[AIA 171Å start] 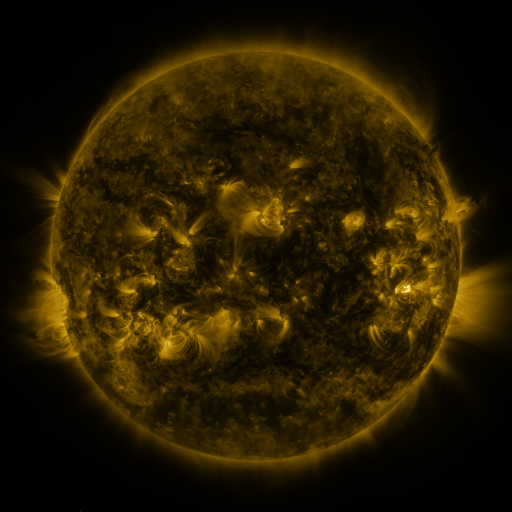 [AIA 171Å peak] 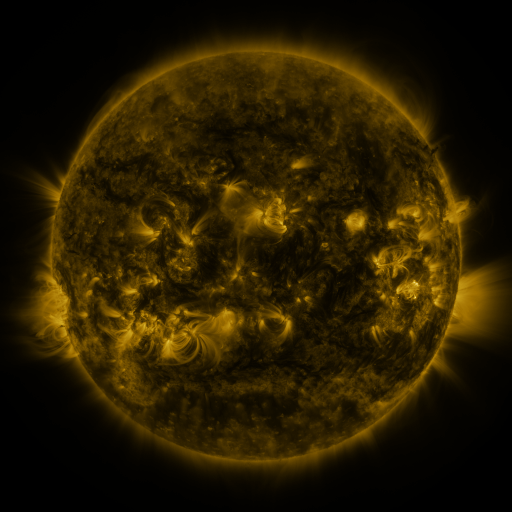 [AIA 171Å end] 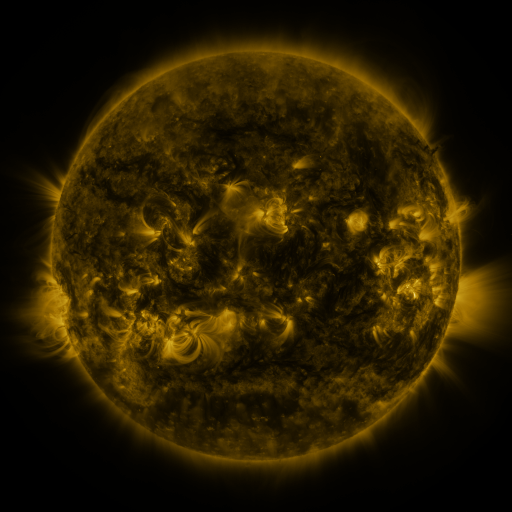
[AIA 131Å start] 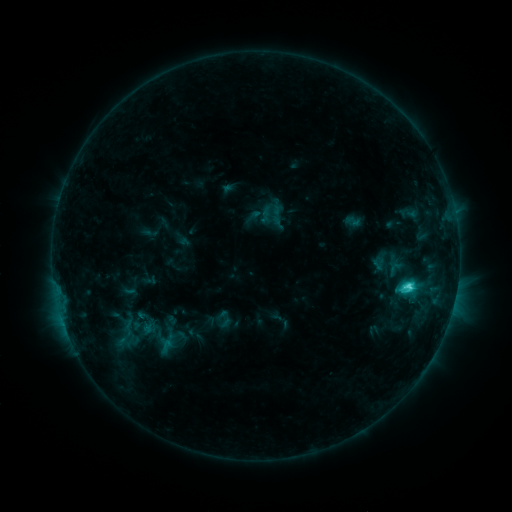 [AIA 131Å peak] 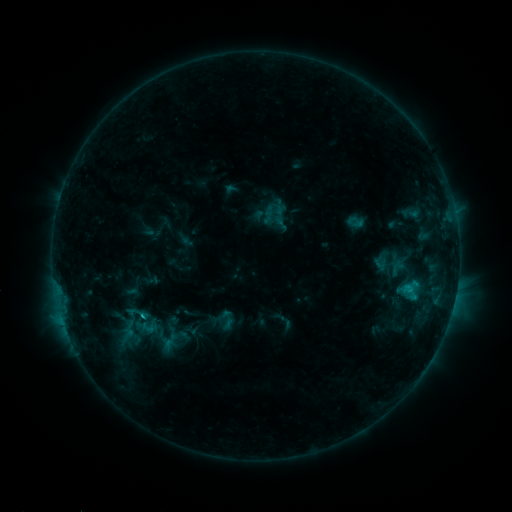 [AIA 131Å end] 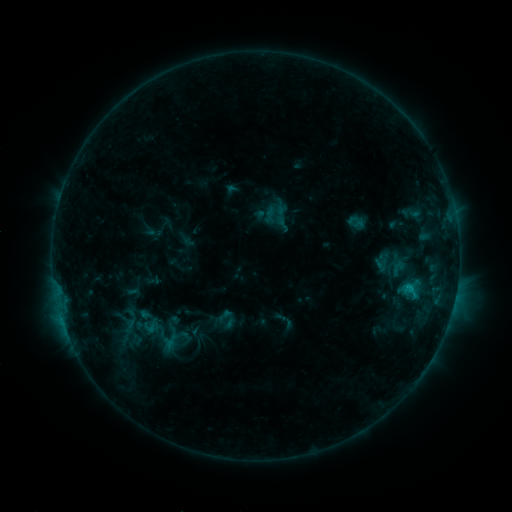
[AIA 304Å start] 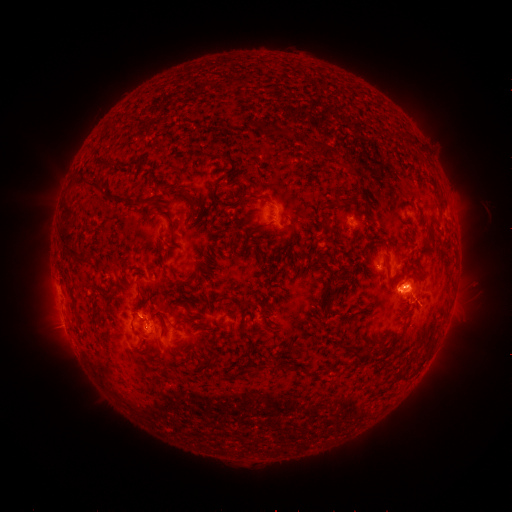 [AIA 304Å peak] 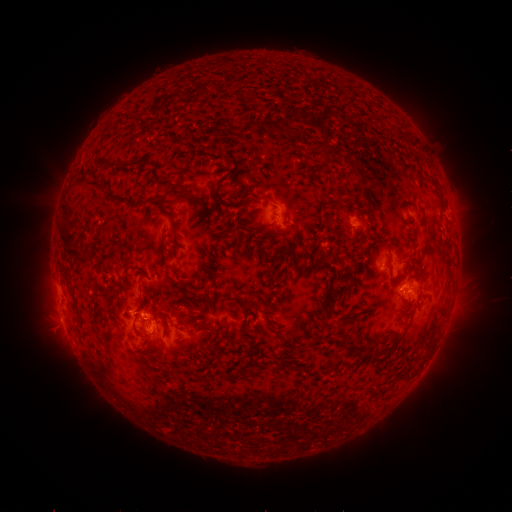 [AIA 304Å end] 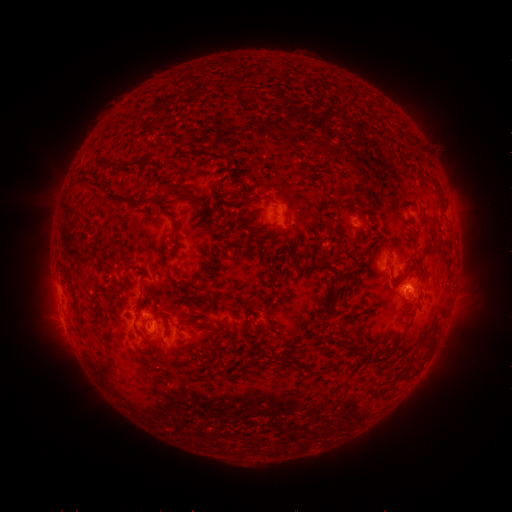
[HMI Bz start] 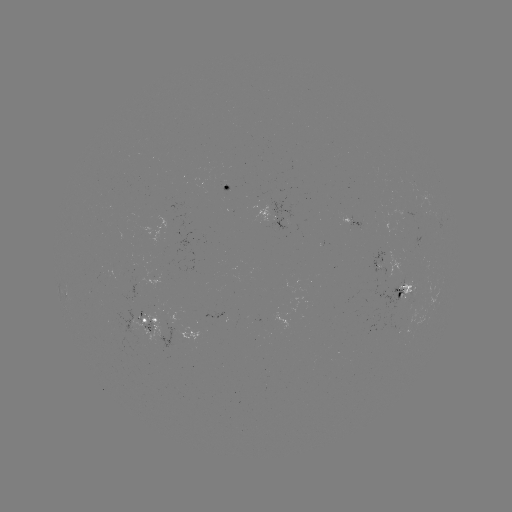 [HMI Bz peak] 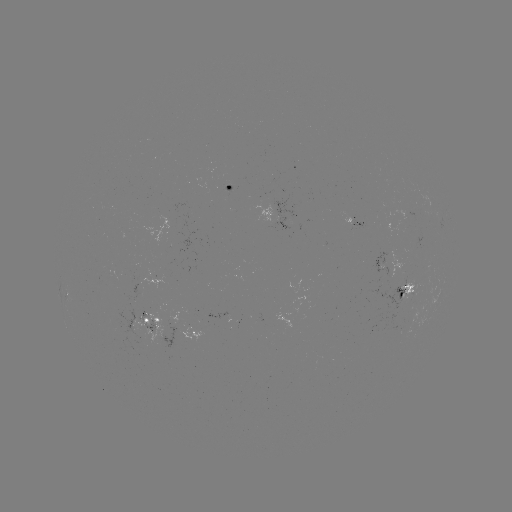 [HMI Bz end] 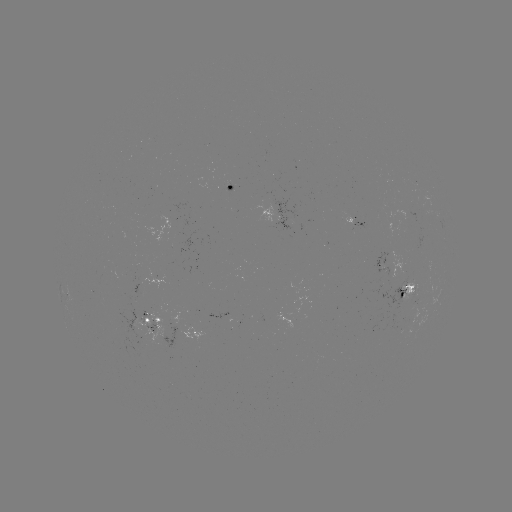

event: emerging-flux region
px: (142, 317)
